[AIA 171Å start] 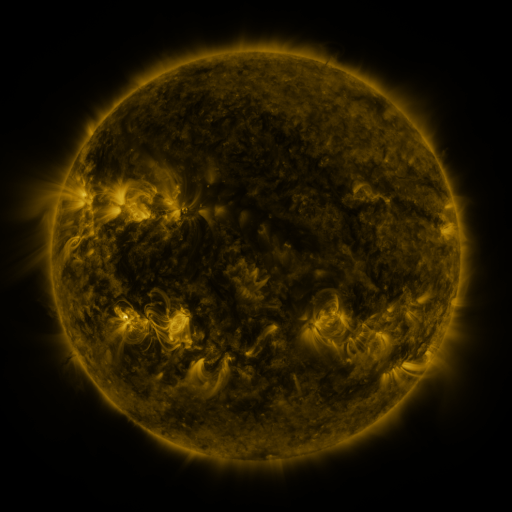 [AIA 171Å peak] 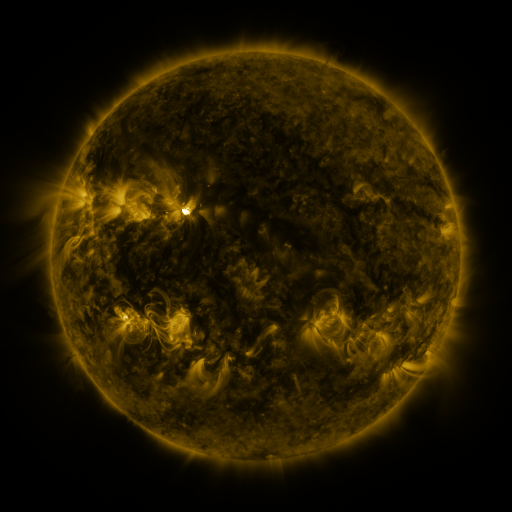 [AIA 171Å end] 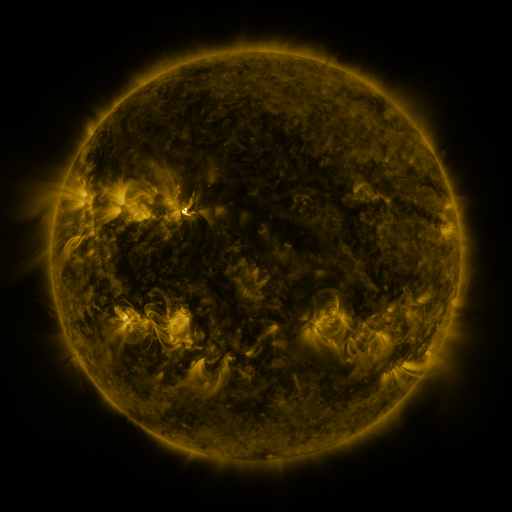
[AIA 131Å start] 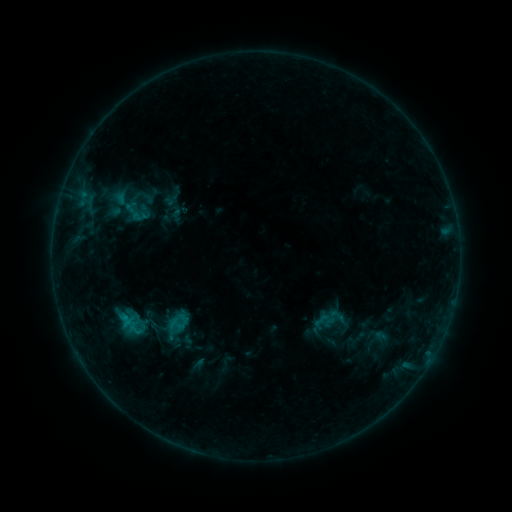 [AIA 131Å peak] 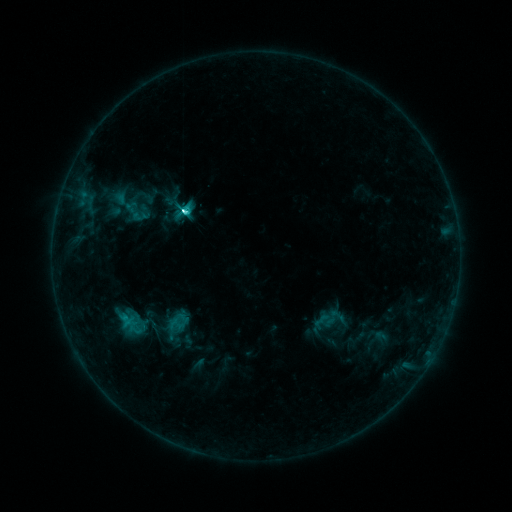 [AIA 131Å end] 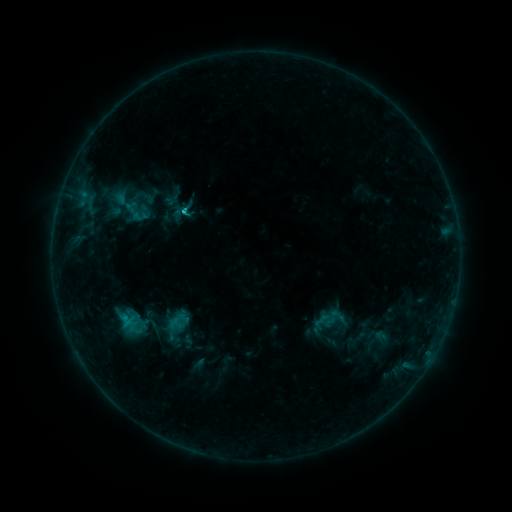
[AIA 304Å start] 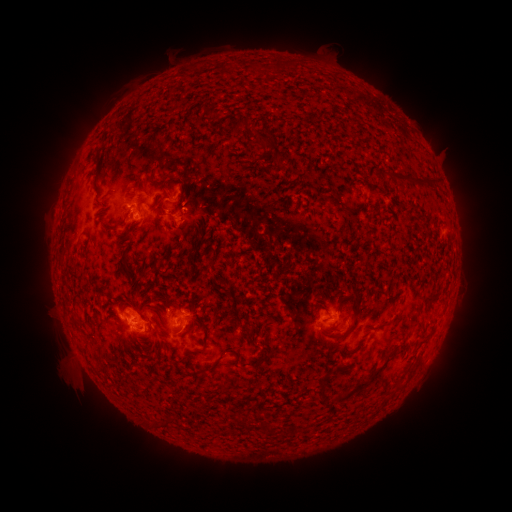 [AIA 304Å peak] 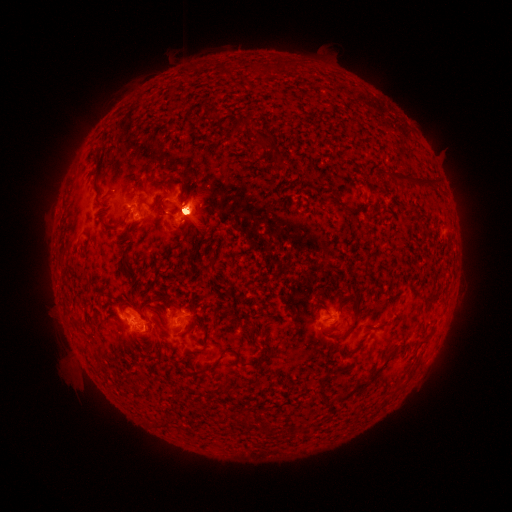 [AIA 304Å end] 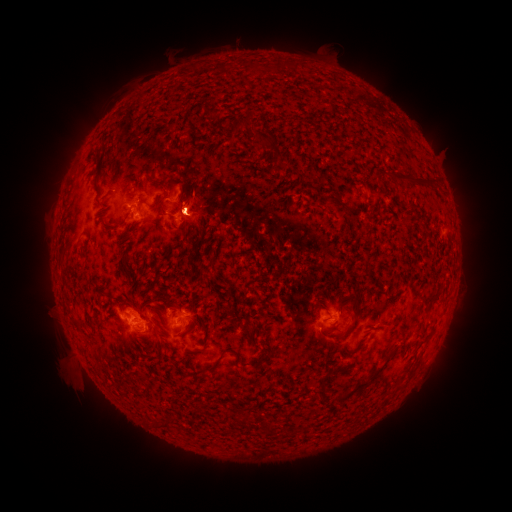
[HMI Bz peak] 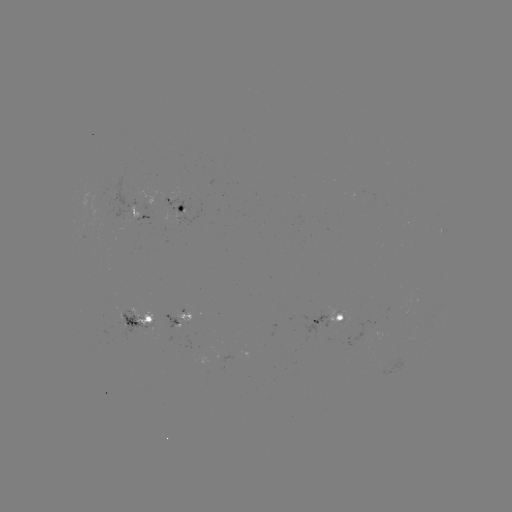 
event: flare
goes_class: M1.0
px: (185, 212)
